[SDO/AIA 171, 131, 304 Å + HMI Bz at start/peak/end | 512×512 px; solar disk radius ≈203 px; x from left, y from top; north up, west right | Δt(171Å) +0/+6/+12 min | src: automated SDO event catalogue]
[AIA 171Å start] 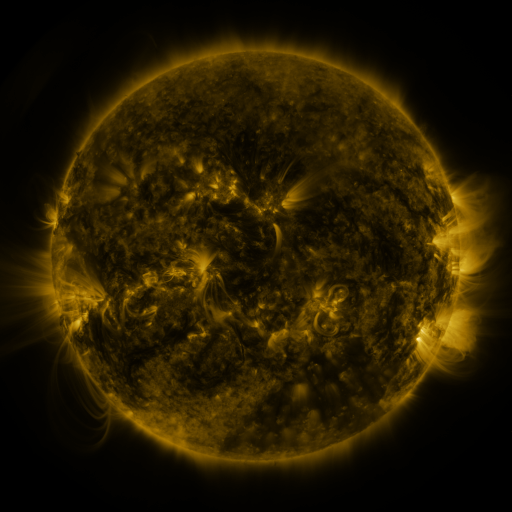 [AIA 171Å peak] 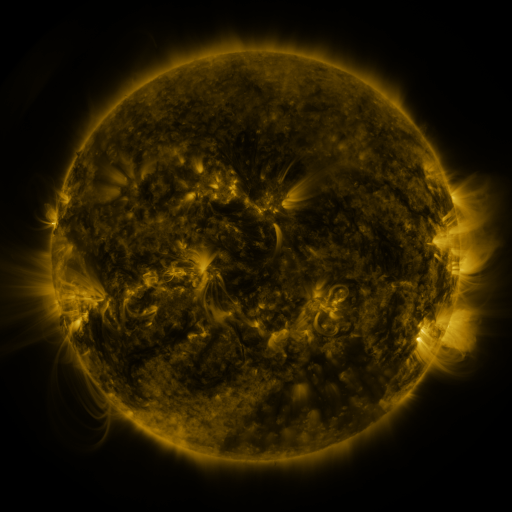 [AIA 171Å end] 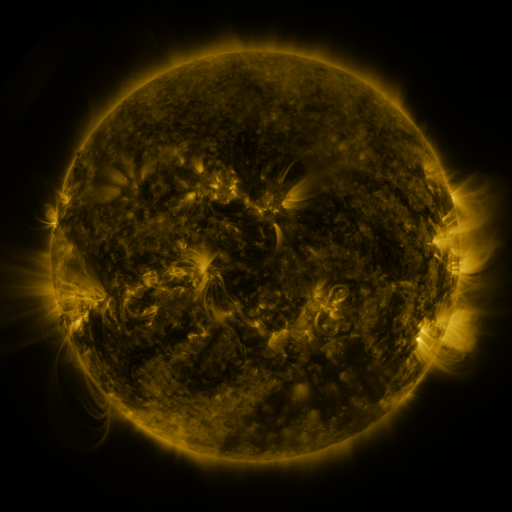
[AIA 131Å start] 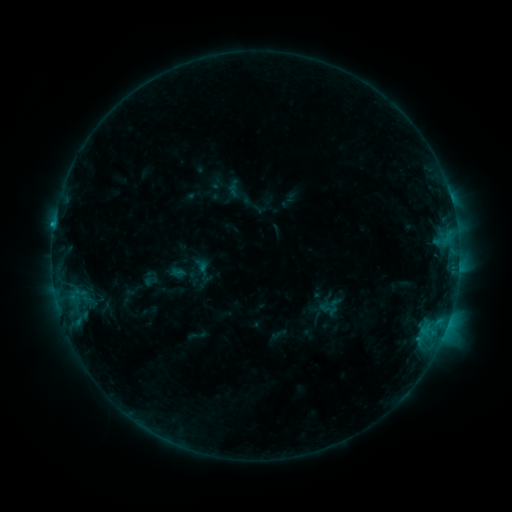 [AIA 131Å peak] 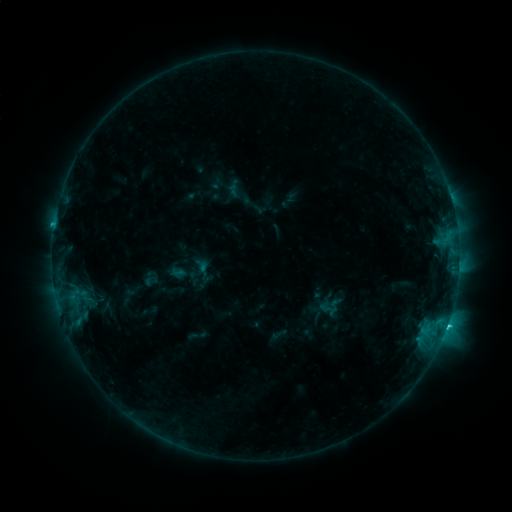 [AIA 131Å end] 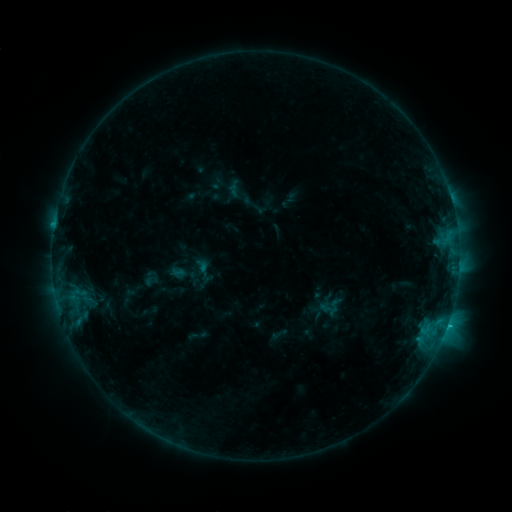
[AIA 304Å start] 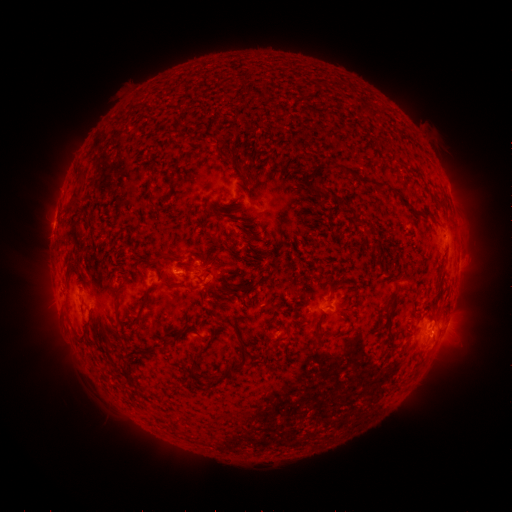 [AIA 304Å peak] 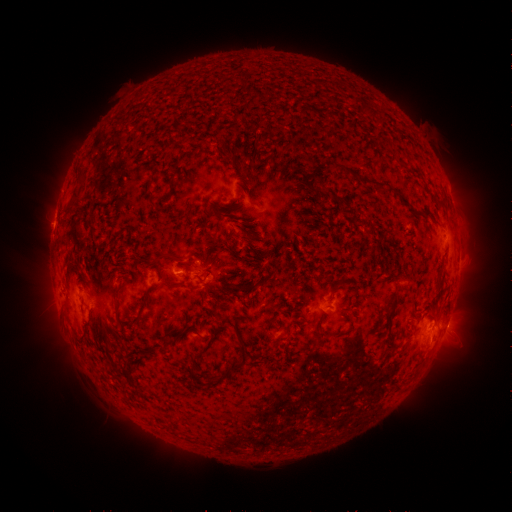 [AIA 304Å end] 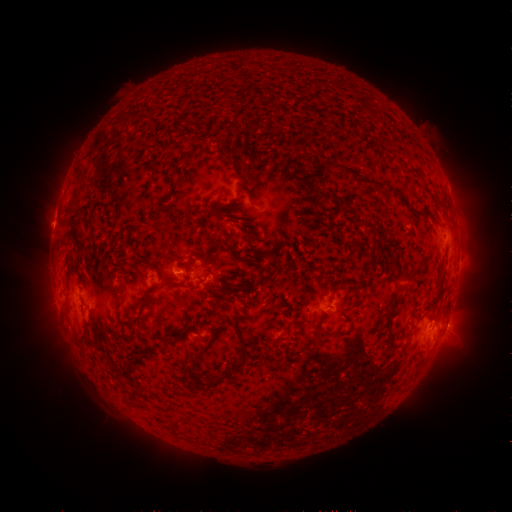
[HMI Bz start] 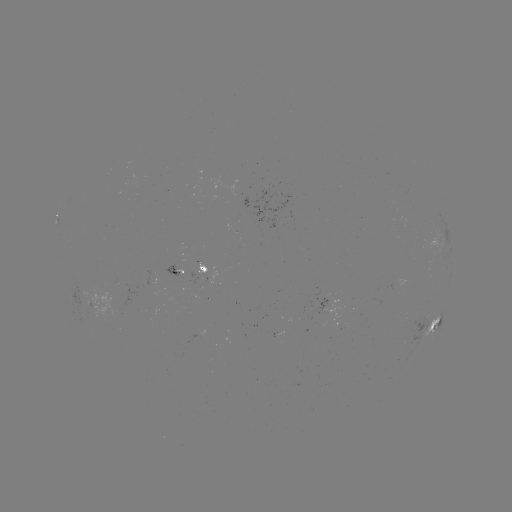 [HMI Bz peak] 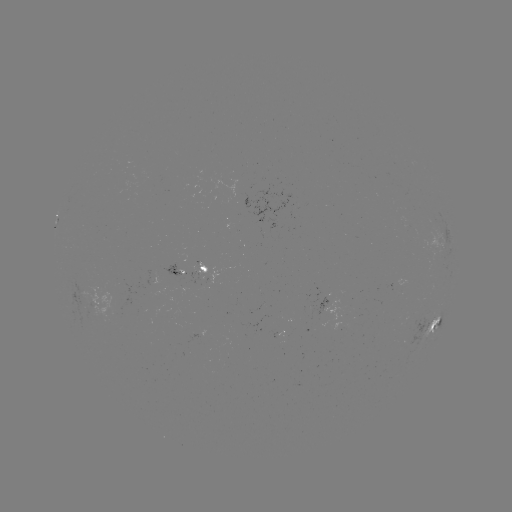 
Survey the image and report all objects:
C1.4 flare: (446, 325)
